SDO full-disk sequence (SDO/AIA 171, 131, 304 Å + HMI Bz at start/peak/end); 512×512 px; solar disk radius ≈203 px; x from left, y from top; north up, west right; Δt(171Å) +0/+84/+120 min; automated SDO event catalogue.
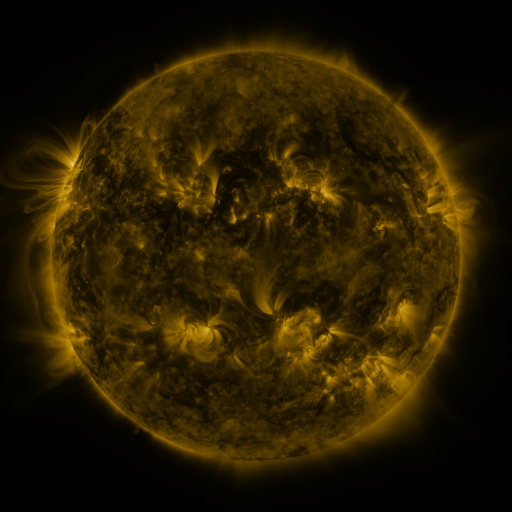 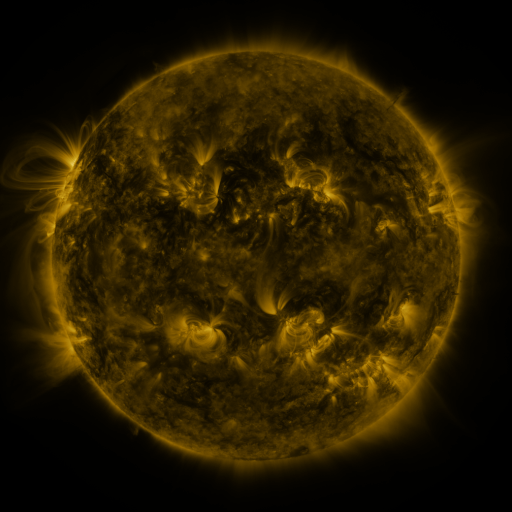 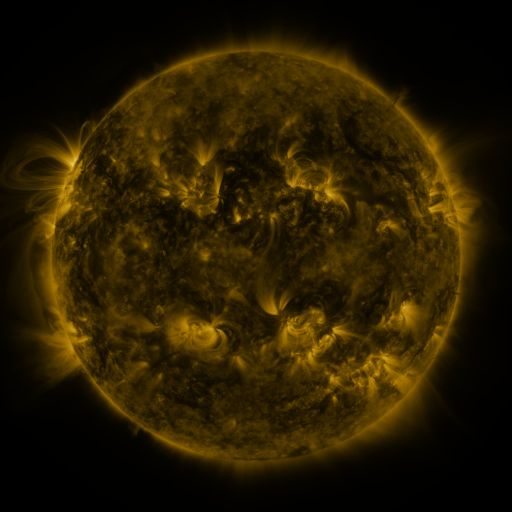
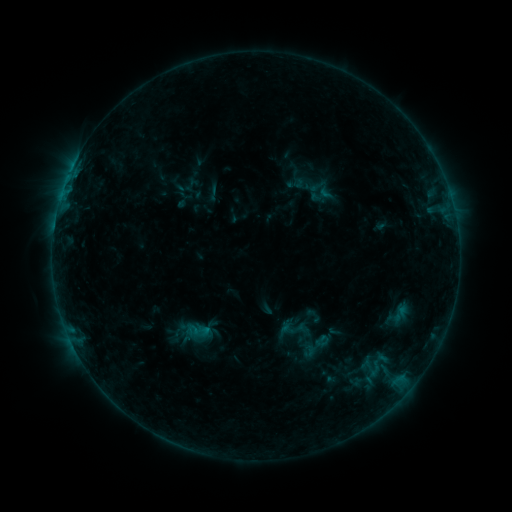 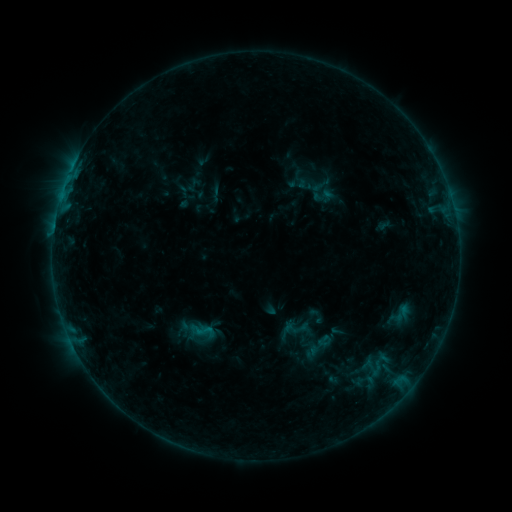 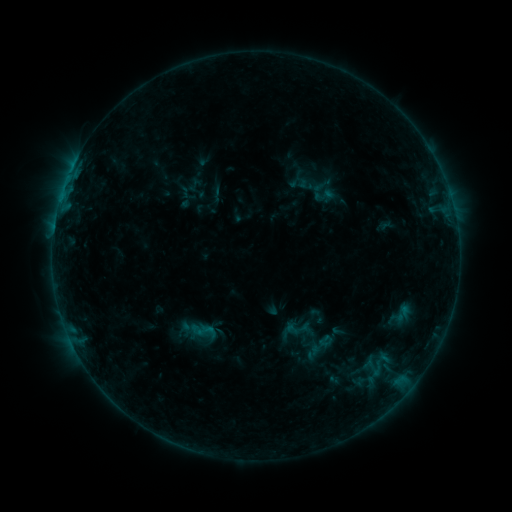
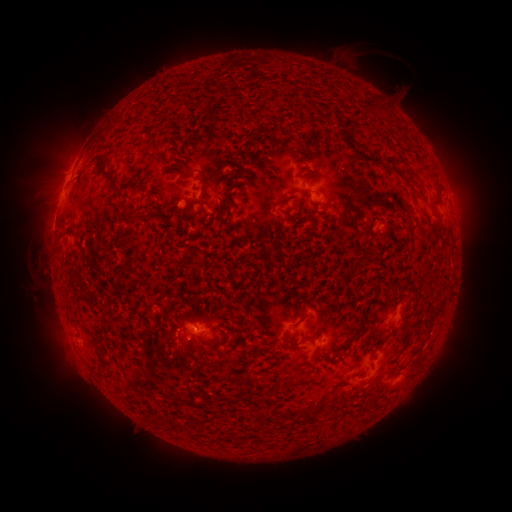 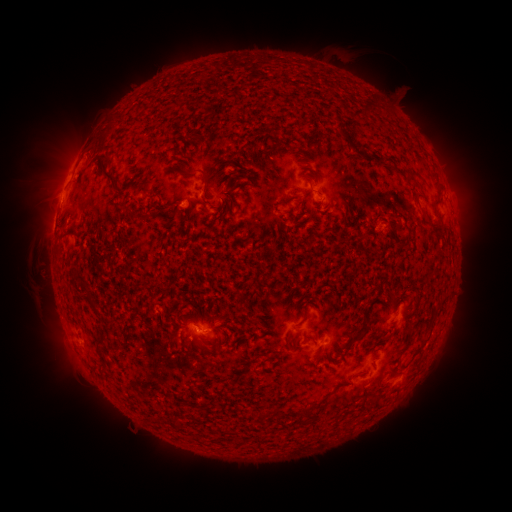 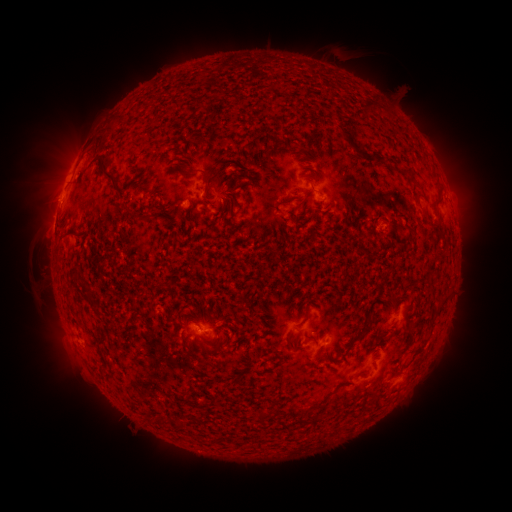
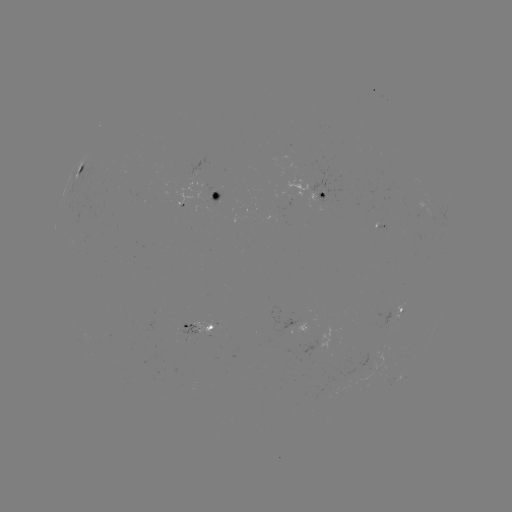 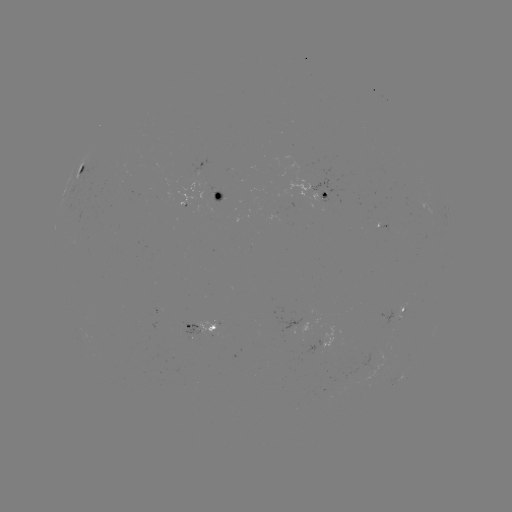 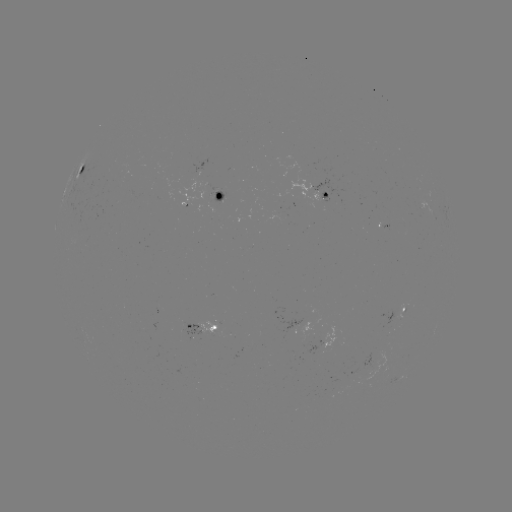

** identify emerging-flux region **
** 310,354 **